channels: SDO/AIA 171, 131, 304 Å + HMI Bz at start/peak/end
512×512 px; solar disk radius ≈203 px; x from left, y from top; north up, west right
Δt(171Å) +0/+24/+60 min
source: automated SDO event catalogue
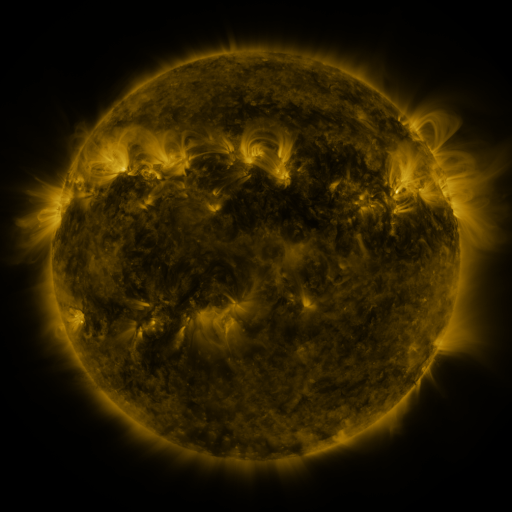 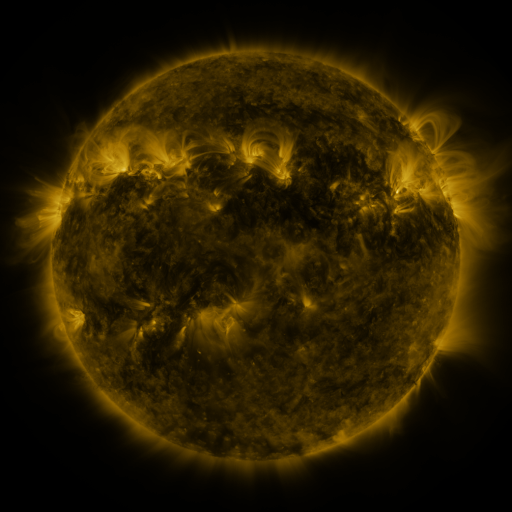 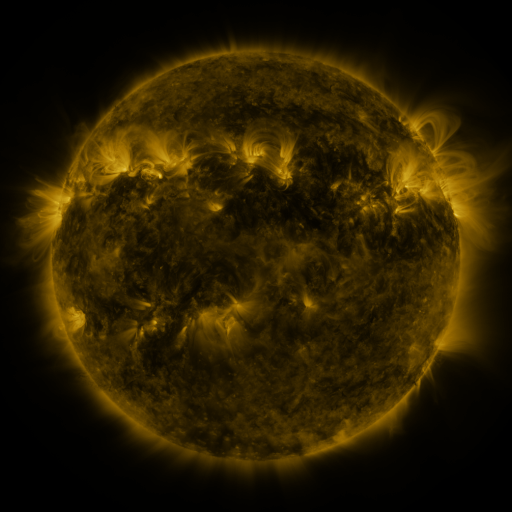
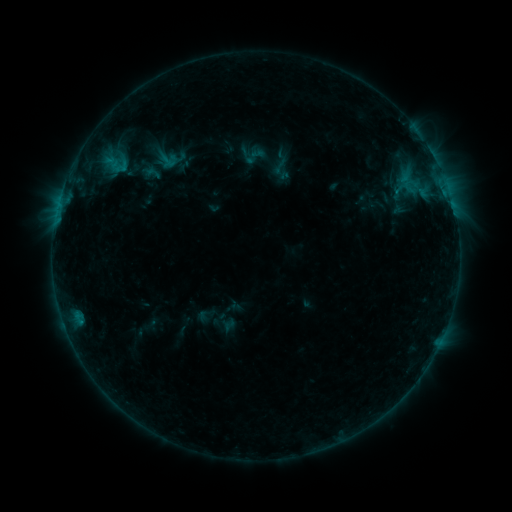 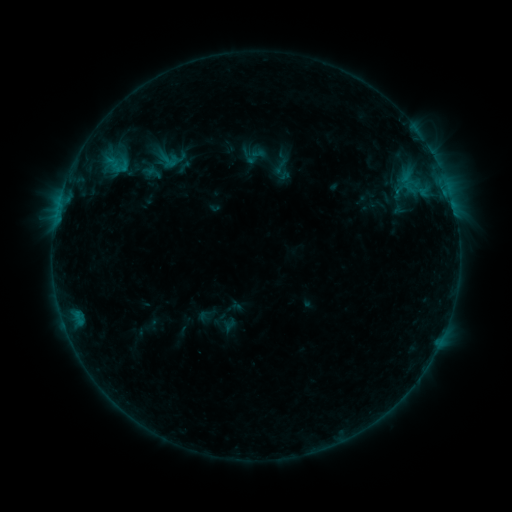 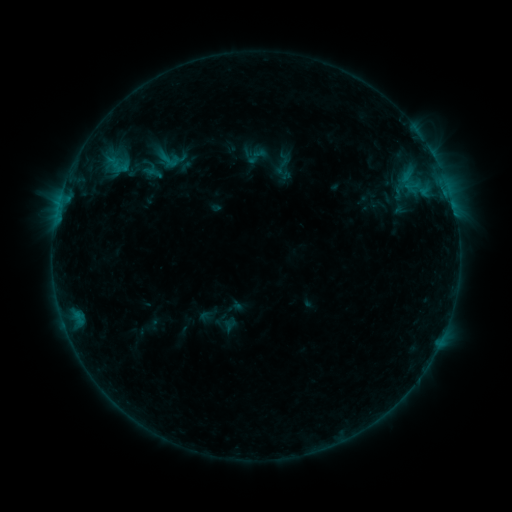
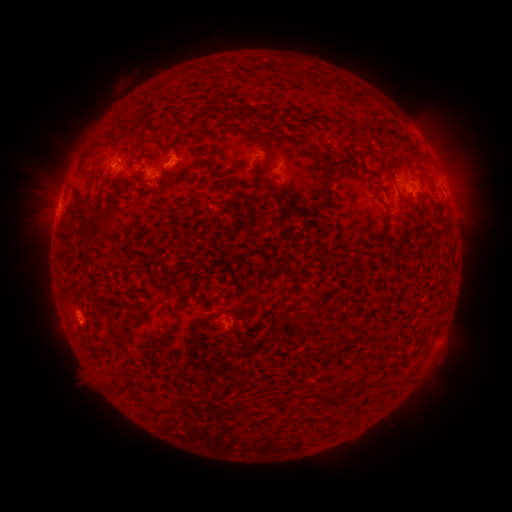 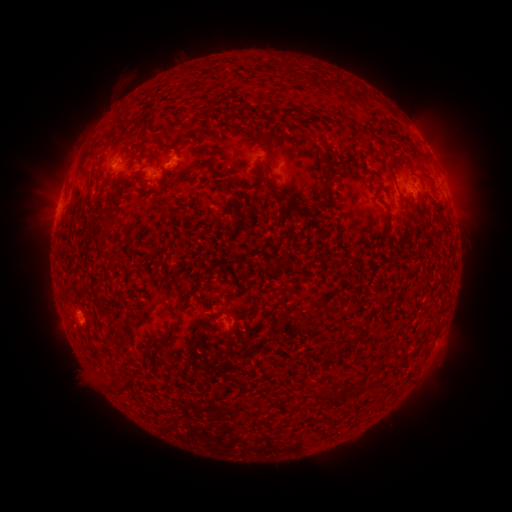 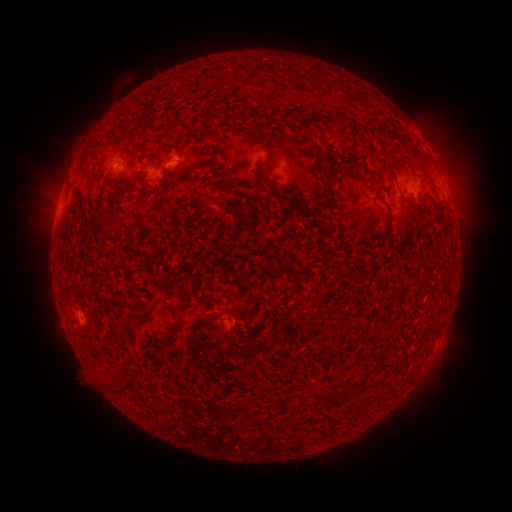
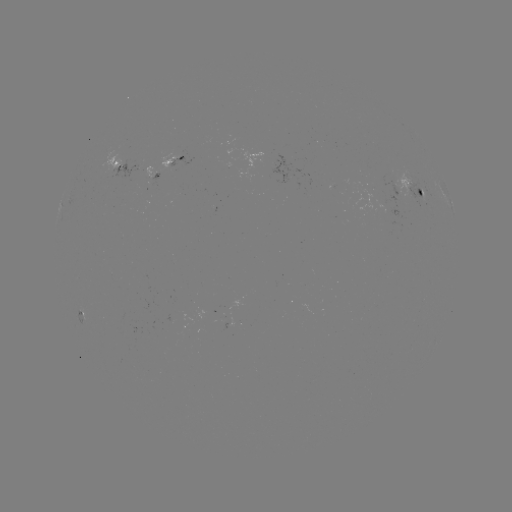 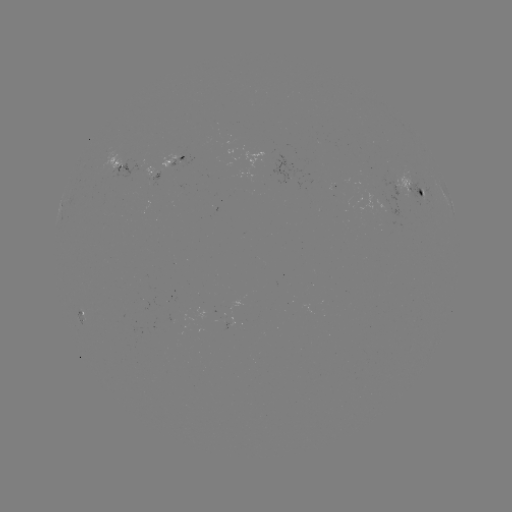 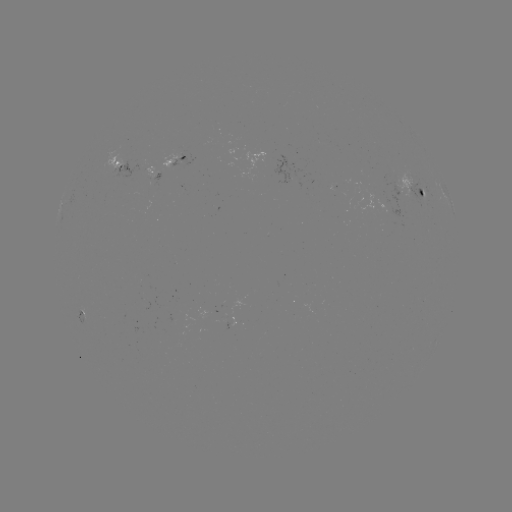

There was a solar emerging-flux region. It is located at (391, 211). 